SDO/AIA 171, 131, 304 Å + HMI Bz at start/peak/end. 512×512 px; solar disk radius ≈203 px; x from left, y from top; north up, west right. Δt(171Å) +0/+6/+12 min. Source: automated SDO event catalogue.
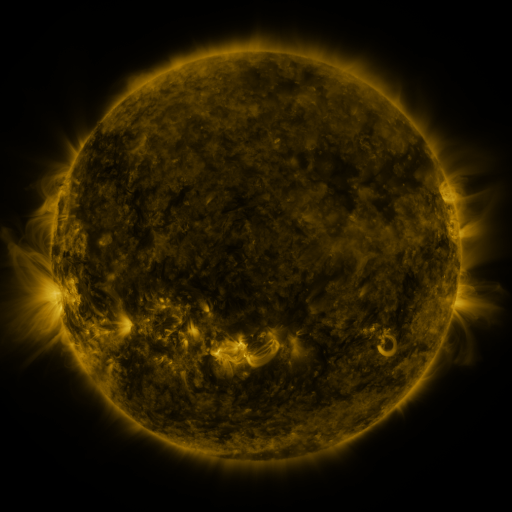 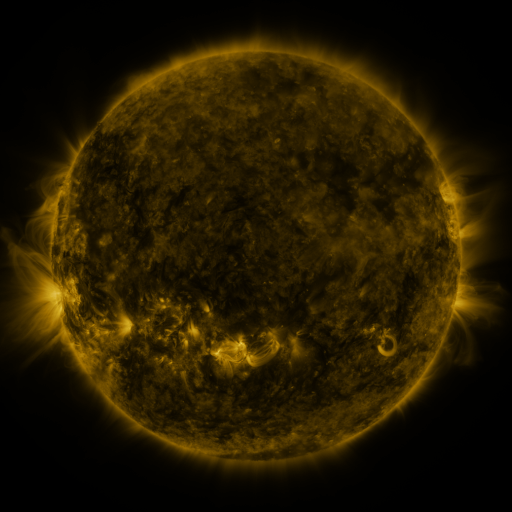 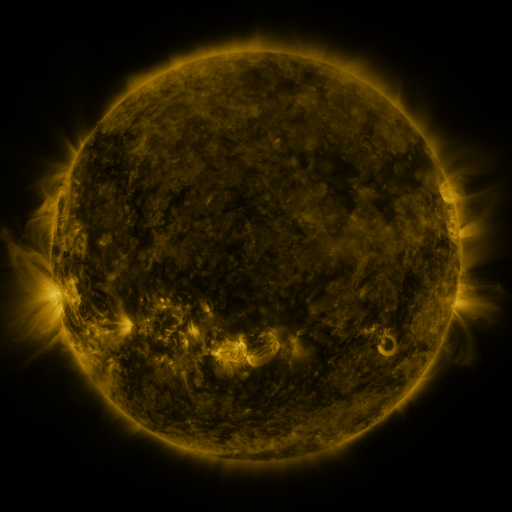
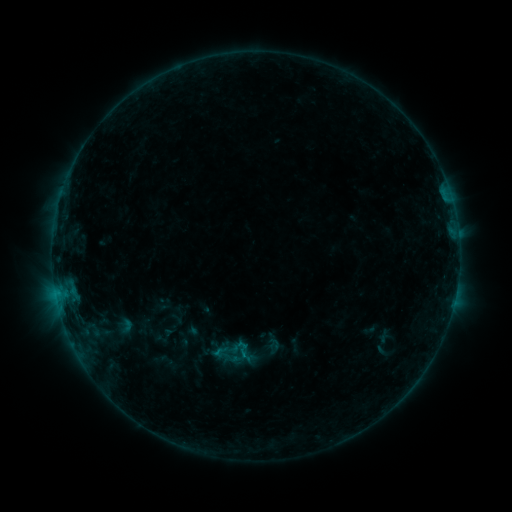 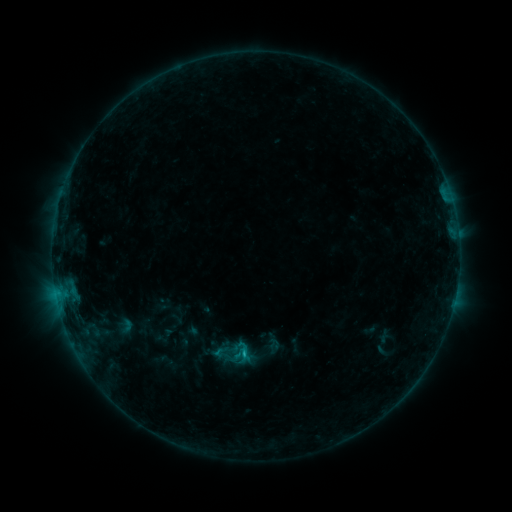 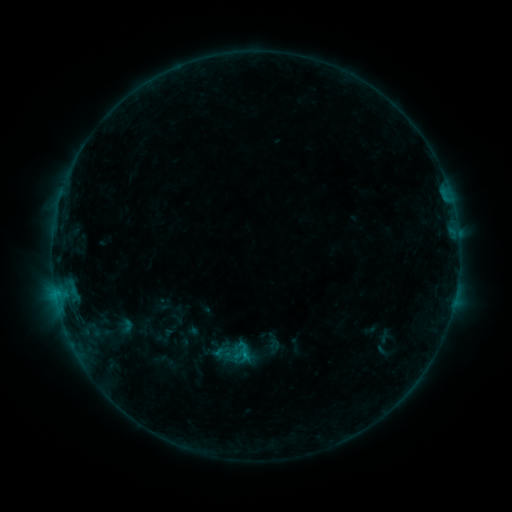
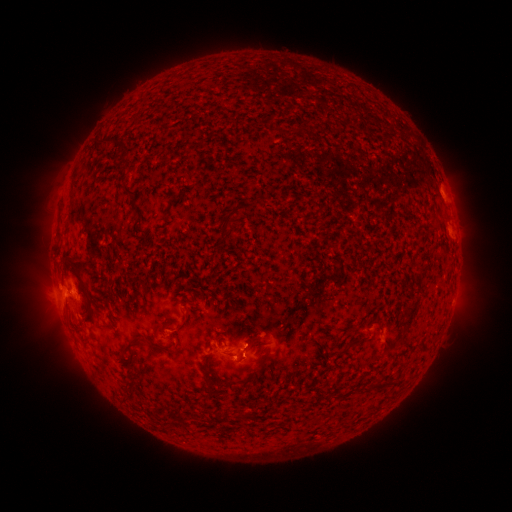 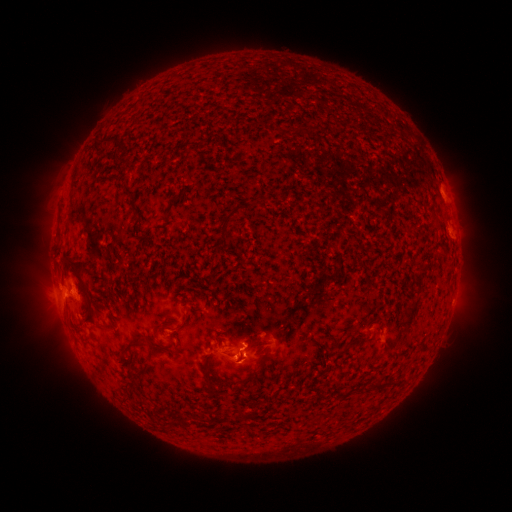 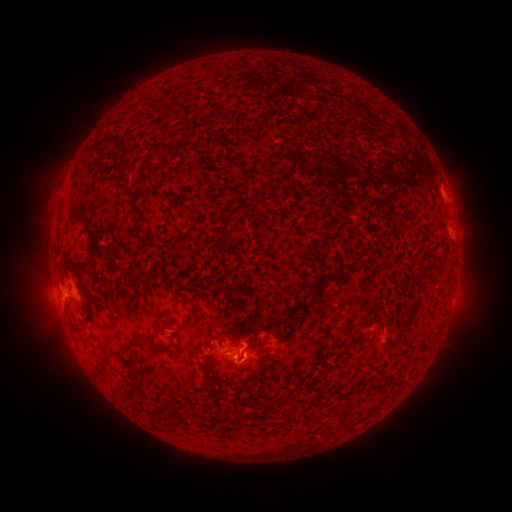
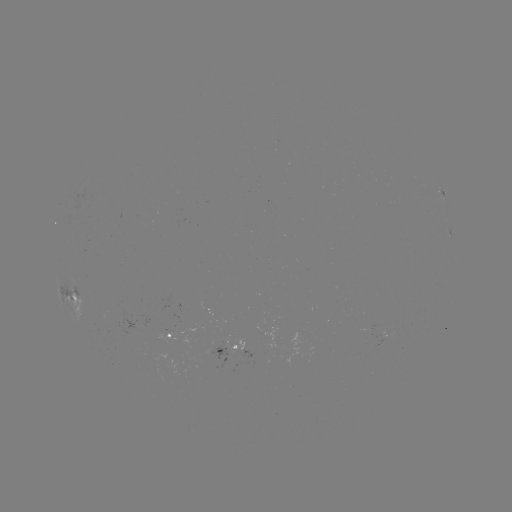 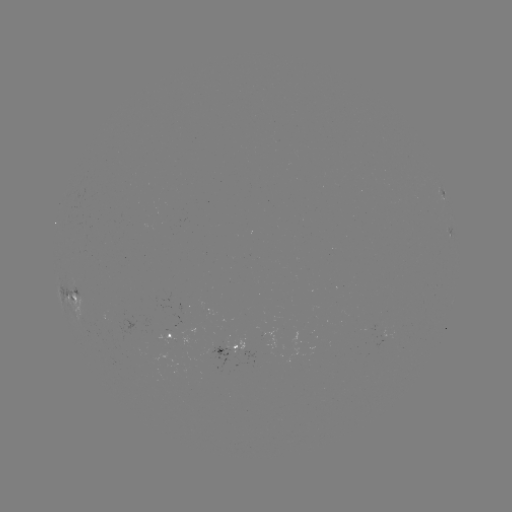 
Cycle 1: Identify B7.6 flare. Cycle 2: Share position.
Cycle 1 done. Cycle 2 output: (246, 351).